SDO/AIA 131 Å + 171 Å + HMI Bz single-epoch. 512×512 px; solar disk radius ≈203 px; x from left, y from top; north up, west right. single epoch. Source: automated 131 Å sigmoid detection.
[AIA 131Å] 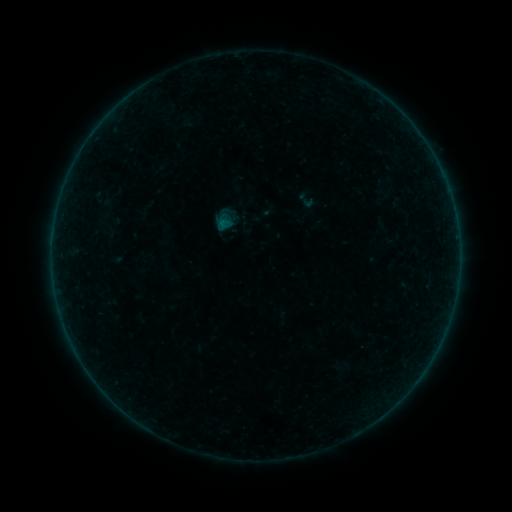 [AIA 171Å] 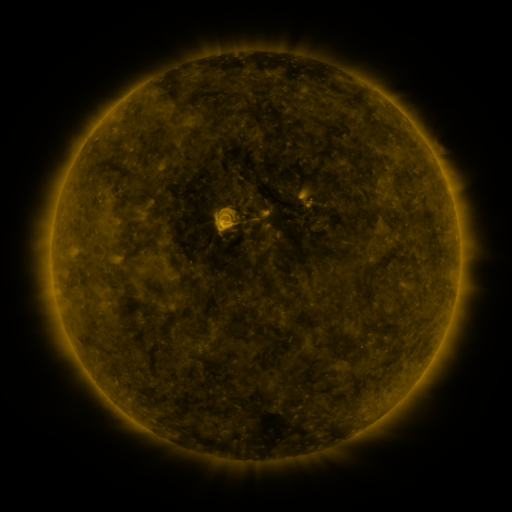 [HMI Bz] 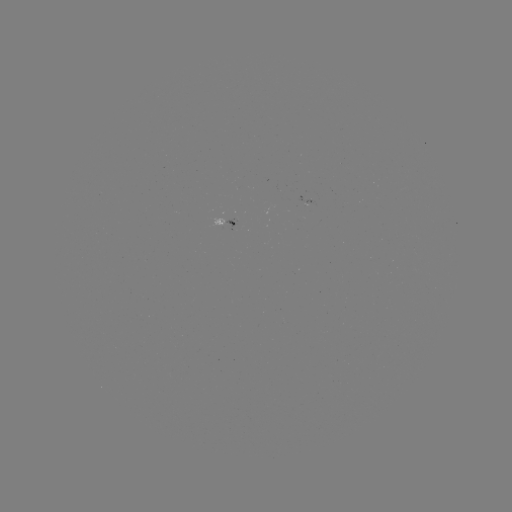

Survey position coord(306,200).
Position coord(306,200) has sigmoid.